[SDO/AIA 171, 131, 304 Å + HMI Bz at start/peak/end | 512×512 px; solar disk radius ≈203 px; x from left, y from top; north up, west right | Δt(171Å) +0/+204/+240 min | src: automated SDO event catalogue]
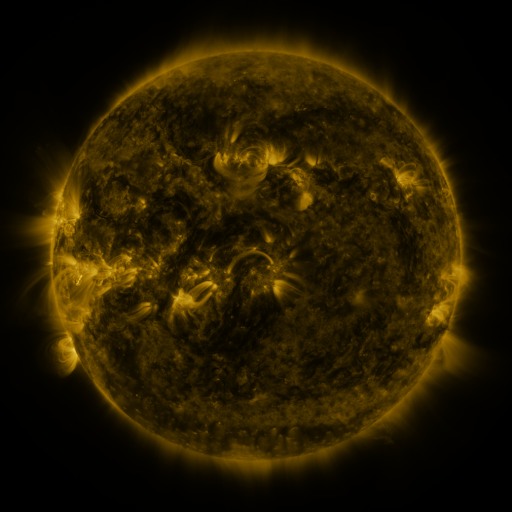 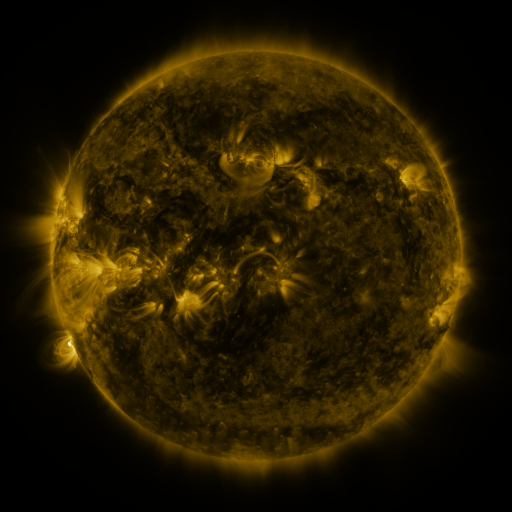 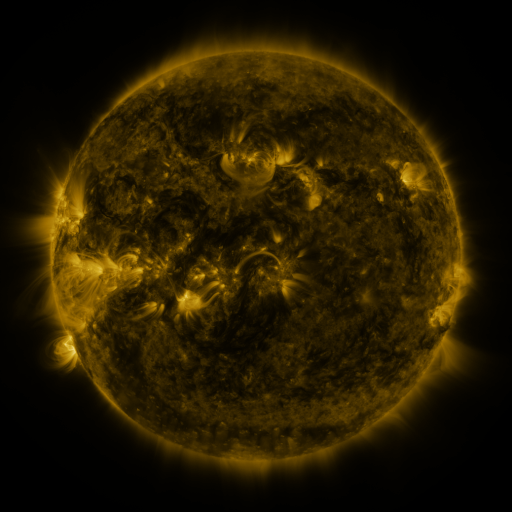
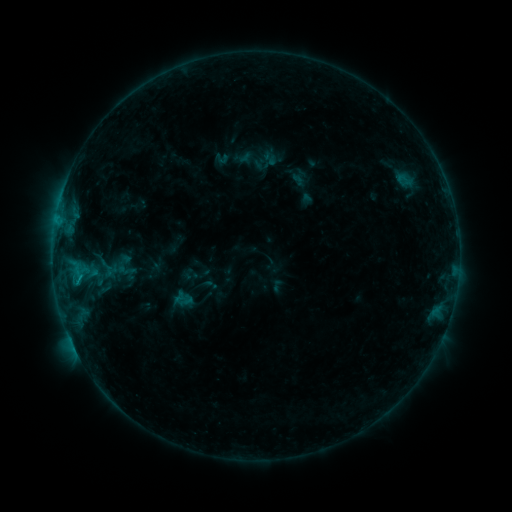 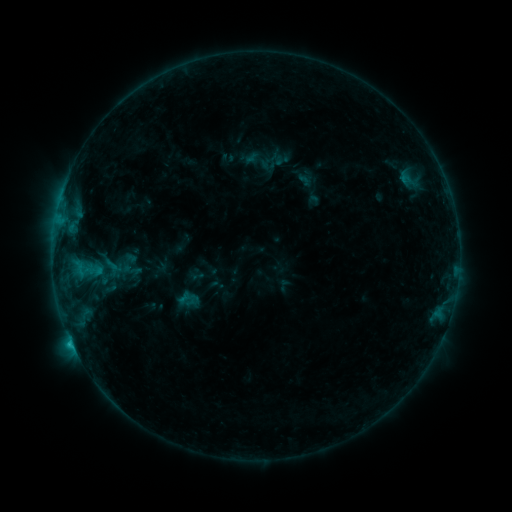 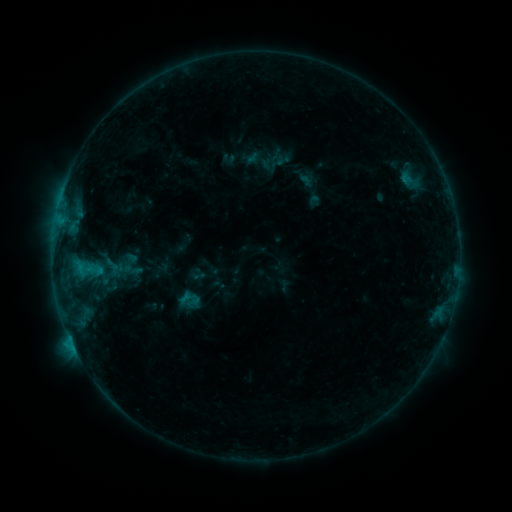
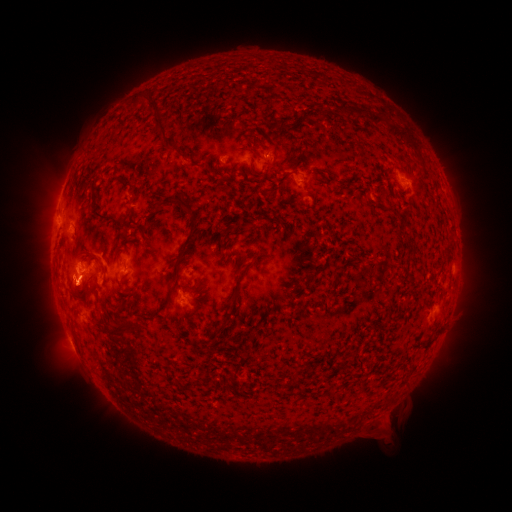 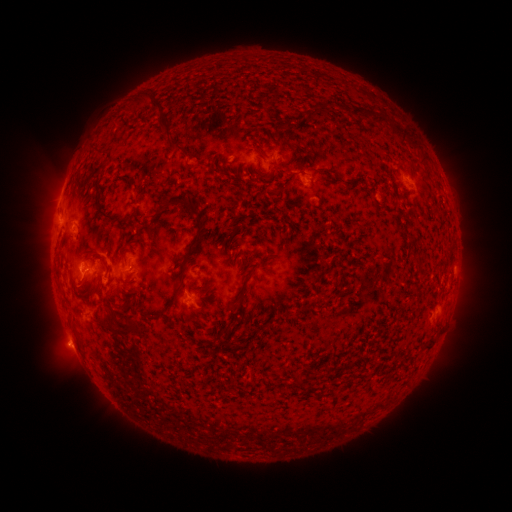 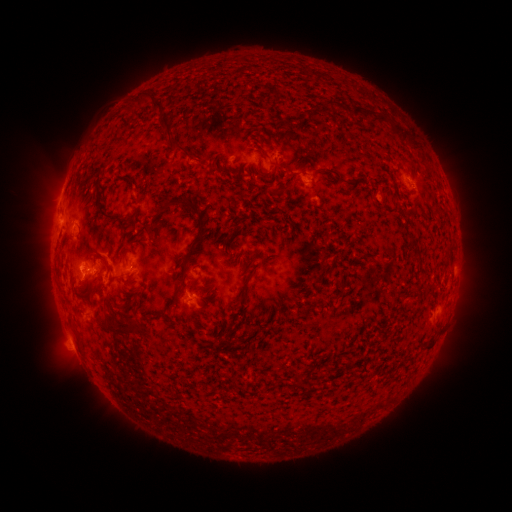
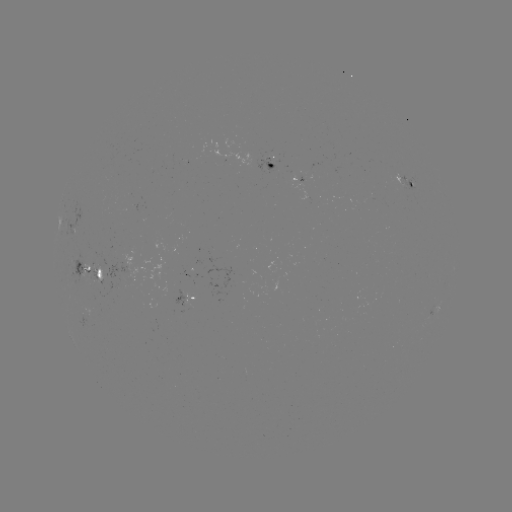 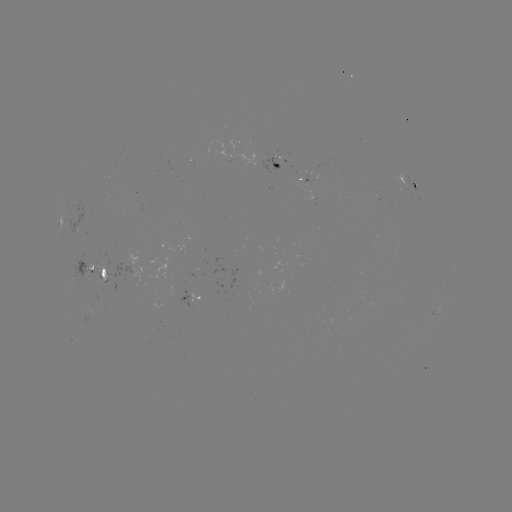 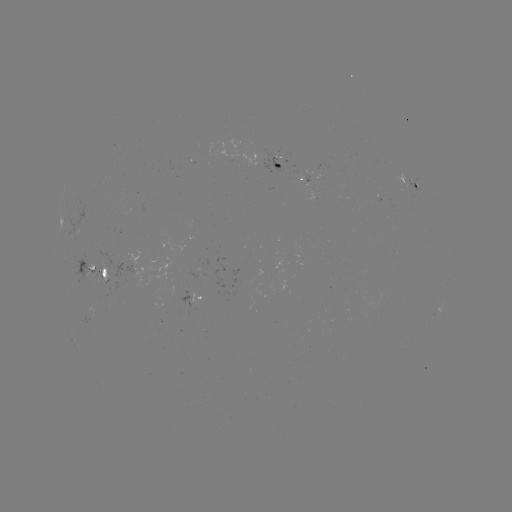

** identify emerging-flux region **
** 87,266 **